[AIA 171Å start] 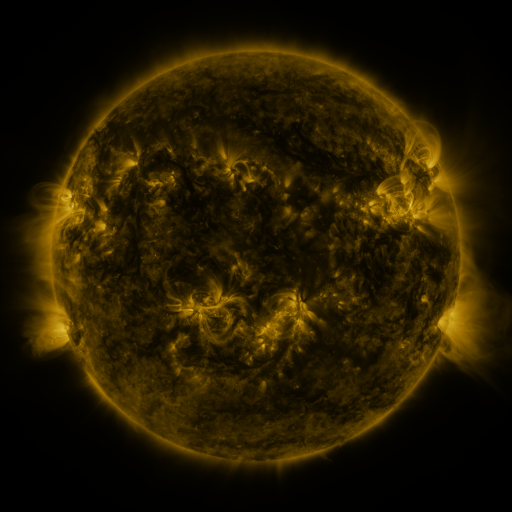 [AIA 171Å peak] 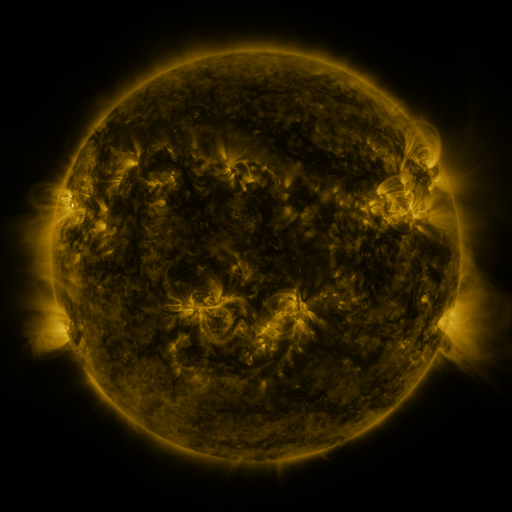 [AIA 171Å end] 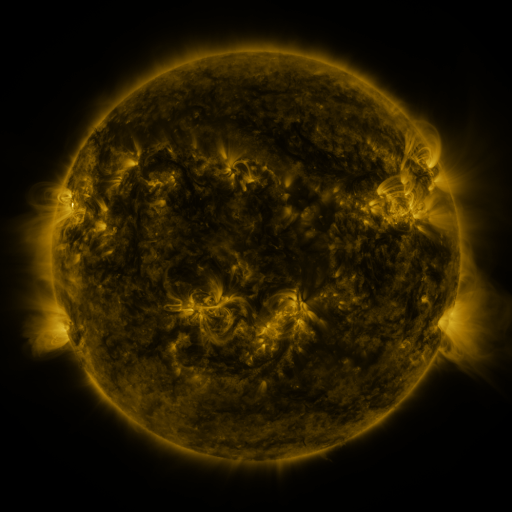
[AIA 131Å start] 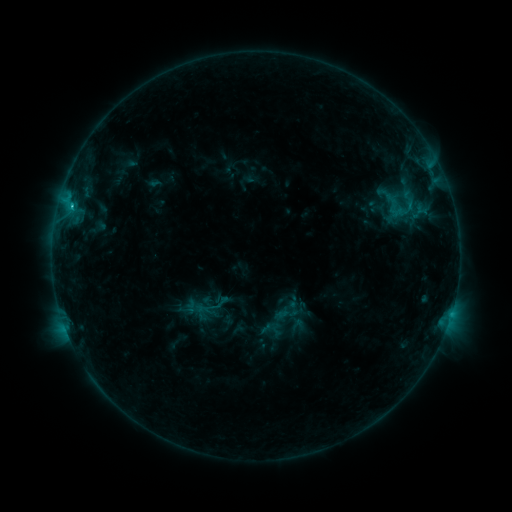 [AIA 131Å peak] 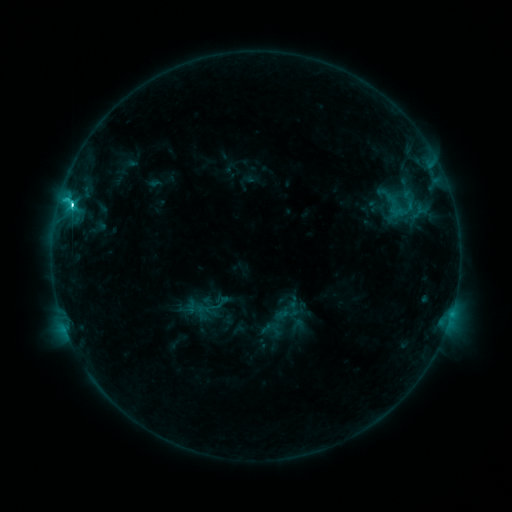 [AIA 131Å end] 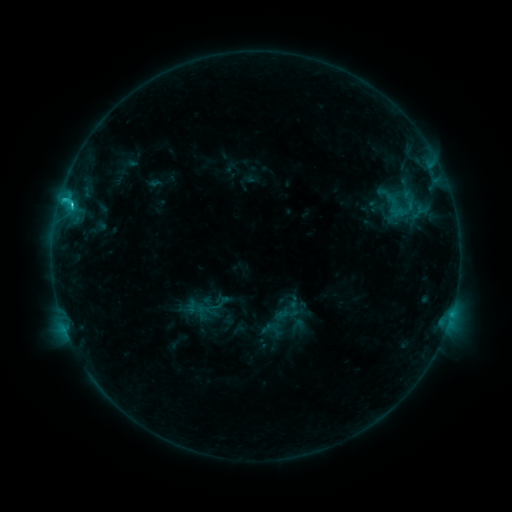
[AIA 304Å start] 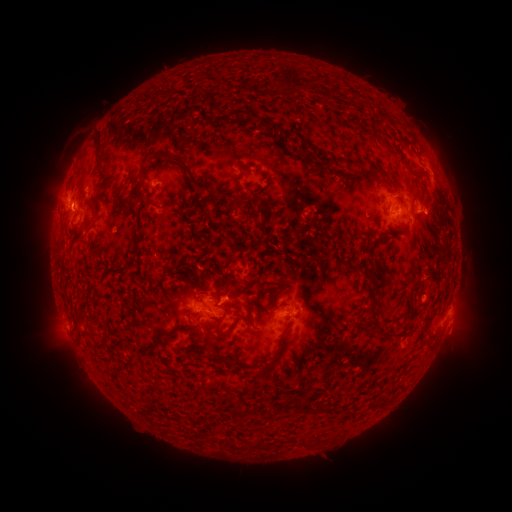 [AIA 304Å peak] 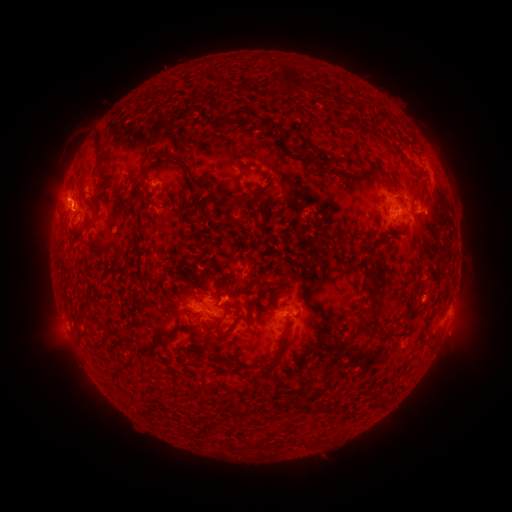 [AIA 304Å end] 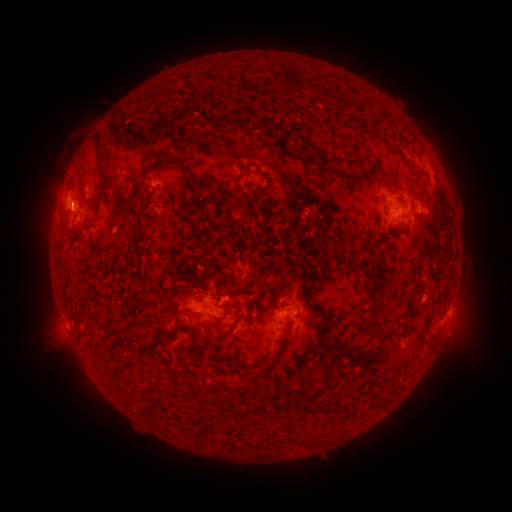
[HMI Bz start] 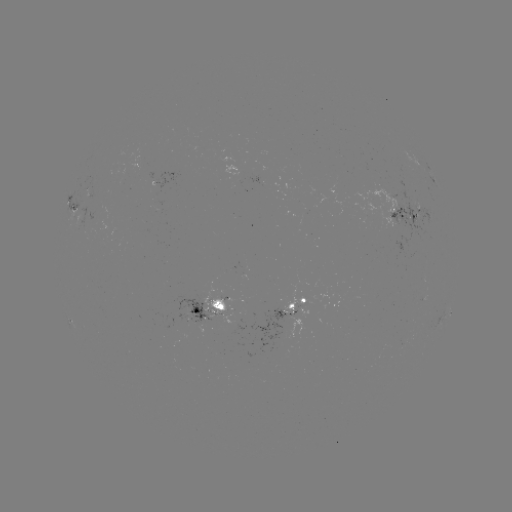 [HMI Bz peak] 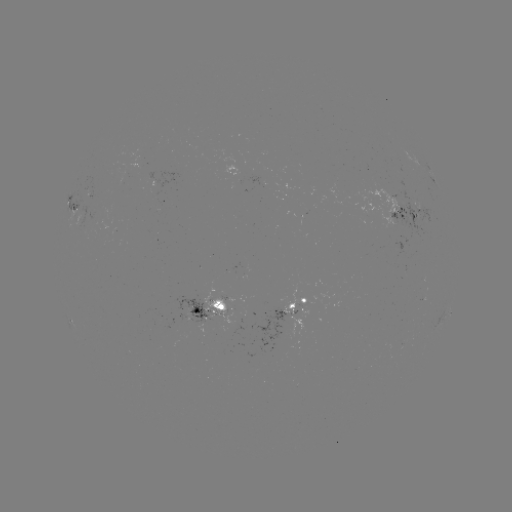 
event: flare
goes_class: C3.7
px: (72, 205)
